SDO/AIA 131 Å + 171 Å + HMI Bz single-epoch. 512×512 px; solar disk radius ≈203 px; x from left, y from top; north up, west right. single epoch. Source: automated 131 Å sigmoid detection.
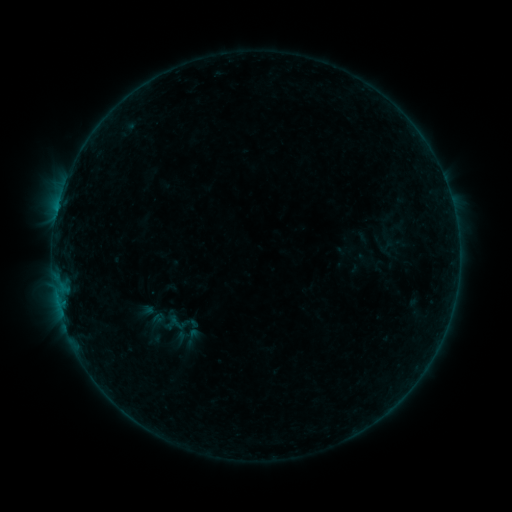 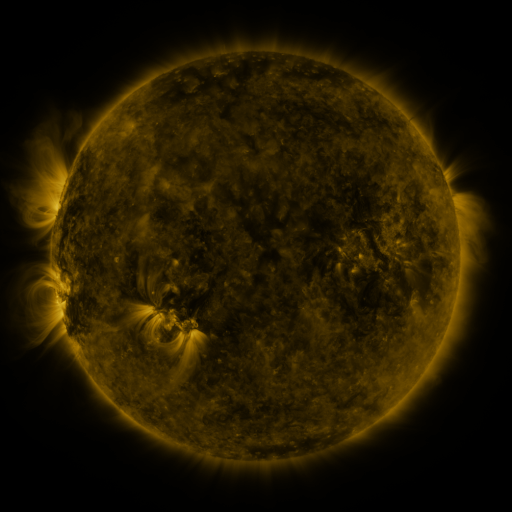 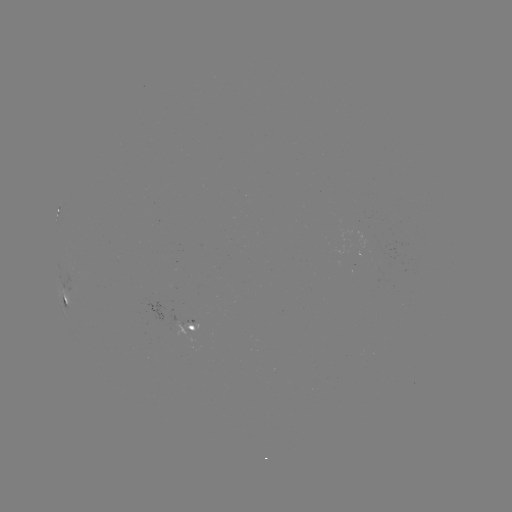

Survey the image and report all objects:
sigmoid: (177, 323)
sigmoid: (192, 337)
